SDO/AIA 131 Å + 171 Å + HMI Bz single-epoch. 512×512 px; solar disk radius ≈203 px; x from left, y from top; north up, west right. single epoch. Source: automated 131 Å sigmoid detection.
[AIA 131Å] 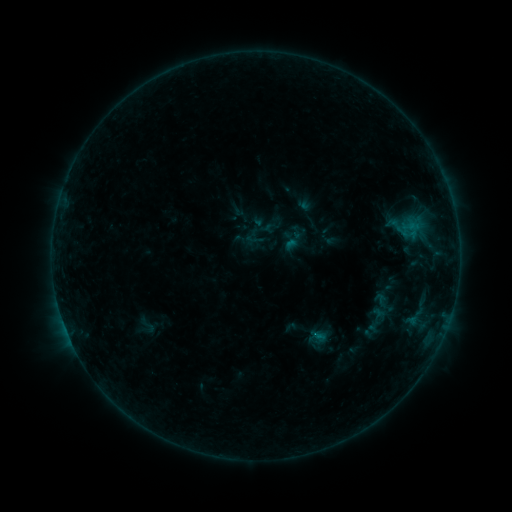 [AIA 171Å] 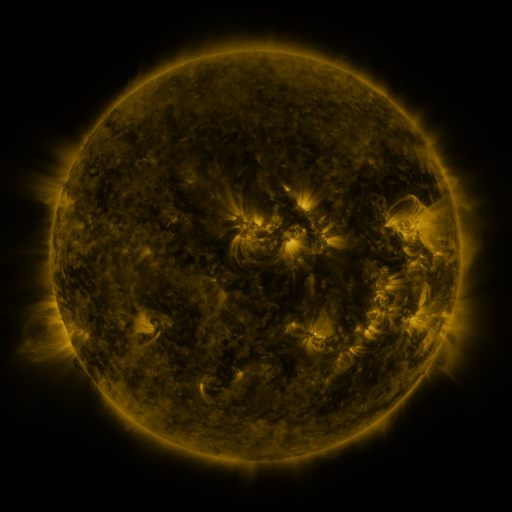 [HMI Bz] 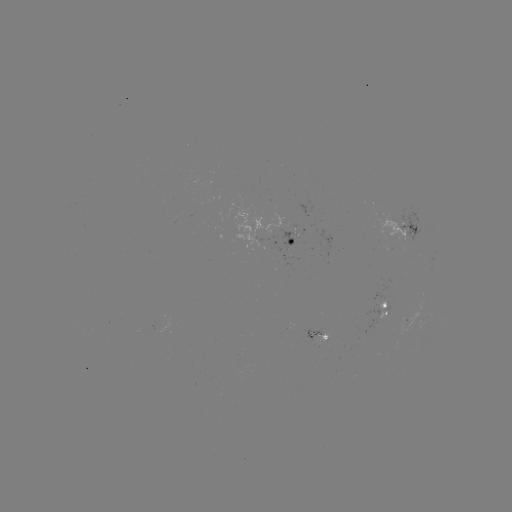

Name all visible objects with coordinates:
sigmoid: (378, 320)
sigmoid: (147, 325)
